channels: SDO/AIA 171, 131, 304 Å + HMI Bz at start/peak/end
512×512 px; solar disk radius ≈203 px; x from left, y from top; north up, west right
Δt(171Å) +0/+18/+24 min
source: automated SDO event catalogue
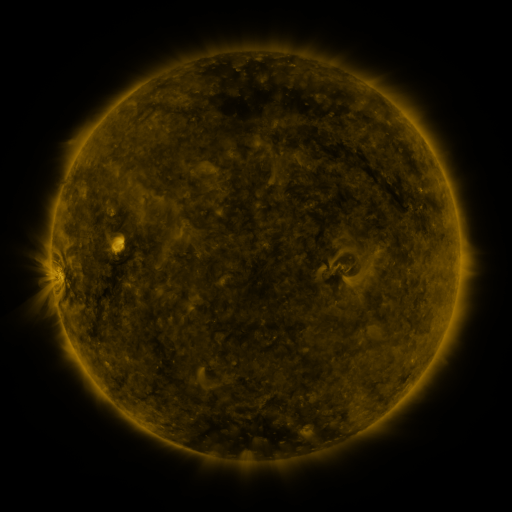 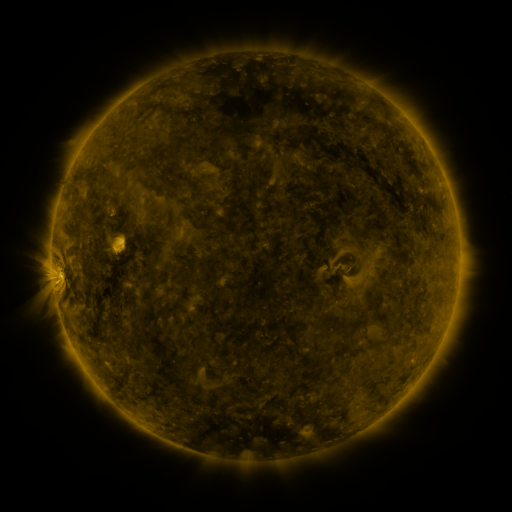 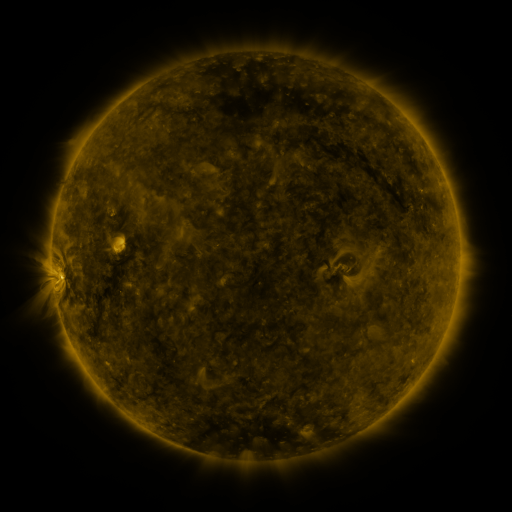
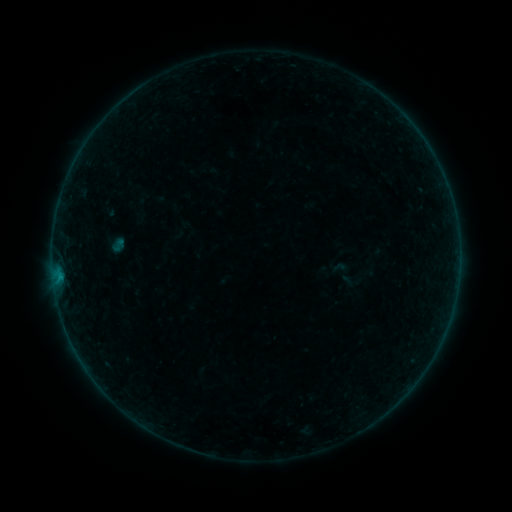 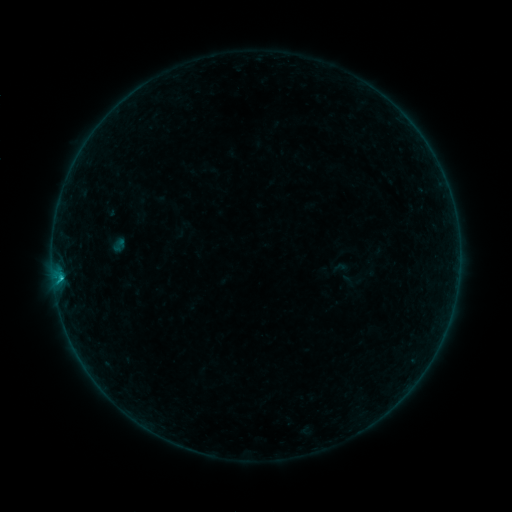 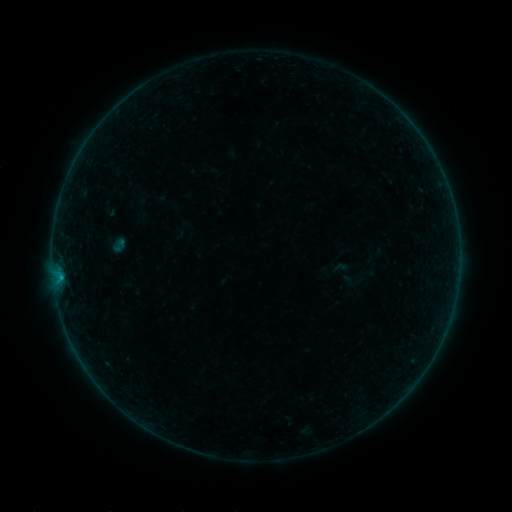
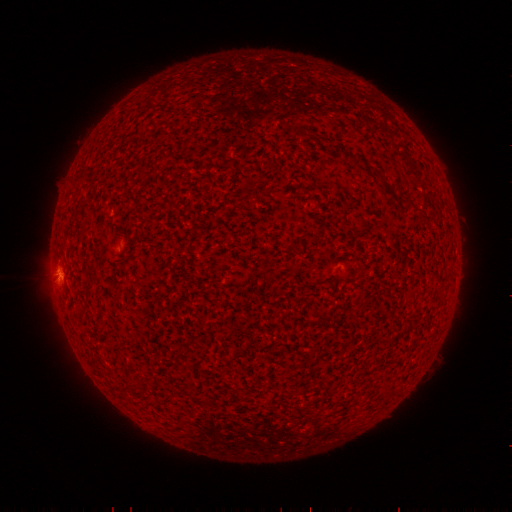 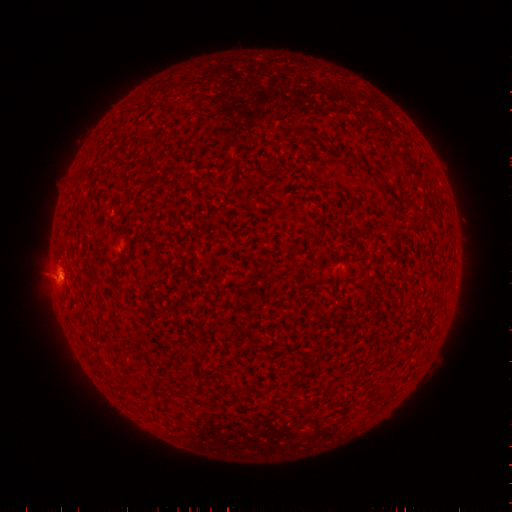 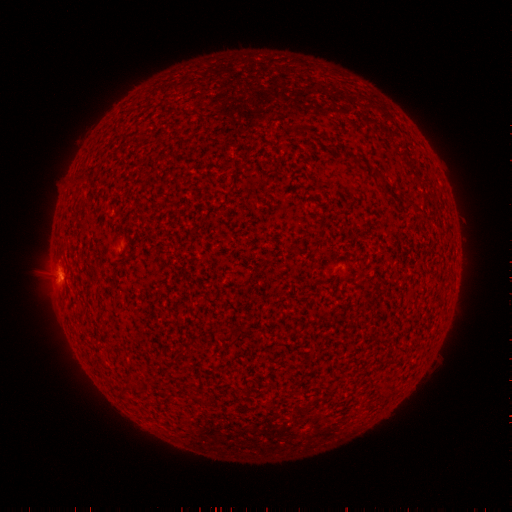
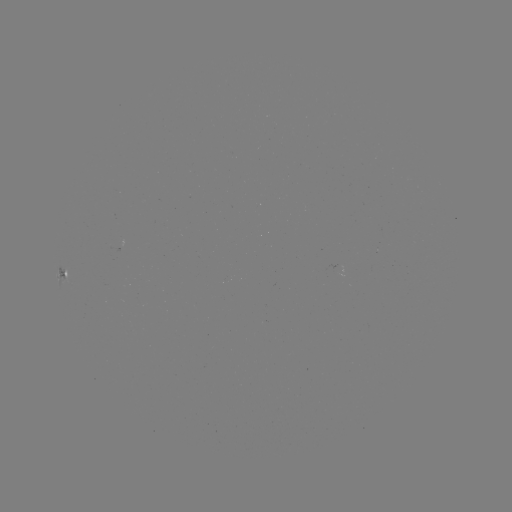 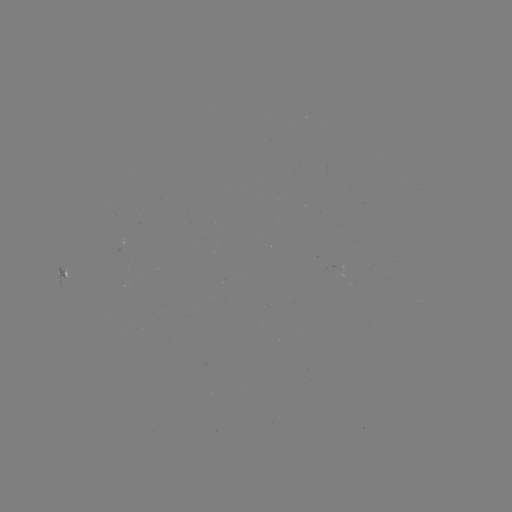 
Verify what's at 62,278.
B6.1 flare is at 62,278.